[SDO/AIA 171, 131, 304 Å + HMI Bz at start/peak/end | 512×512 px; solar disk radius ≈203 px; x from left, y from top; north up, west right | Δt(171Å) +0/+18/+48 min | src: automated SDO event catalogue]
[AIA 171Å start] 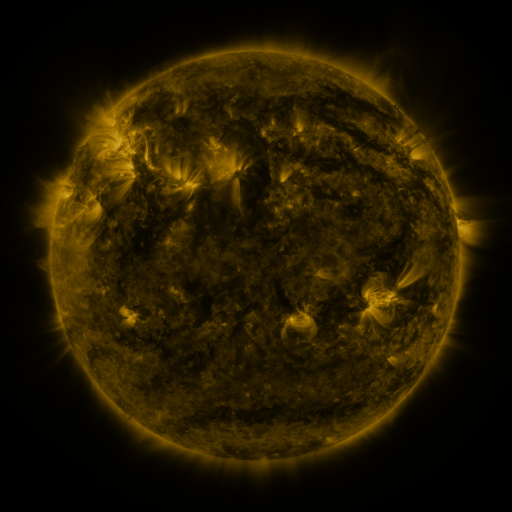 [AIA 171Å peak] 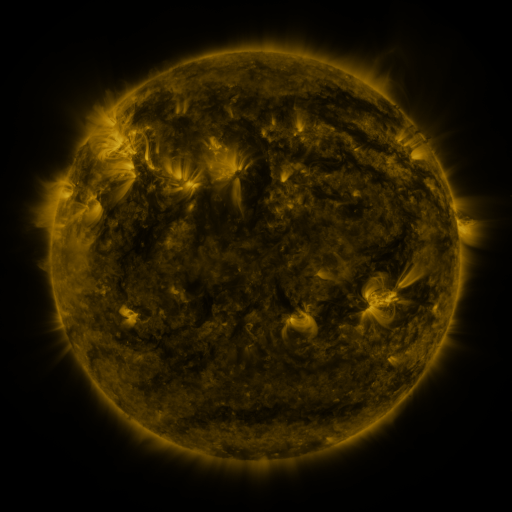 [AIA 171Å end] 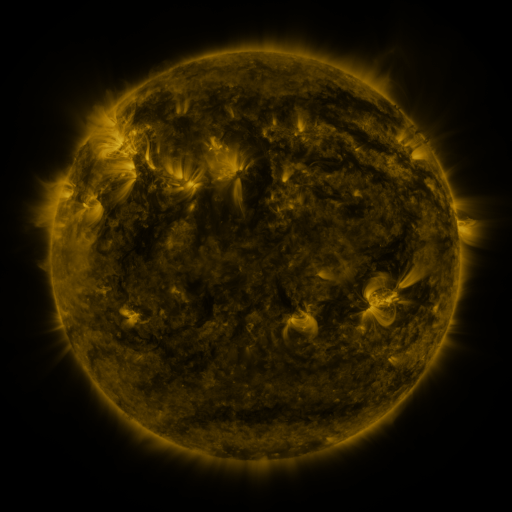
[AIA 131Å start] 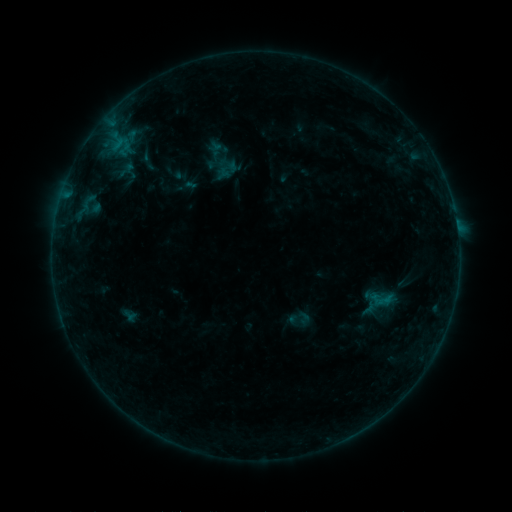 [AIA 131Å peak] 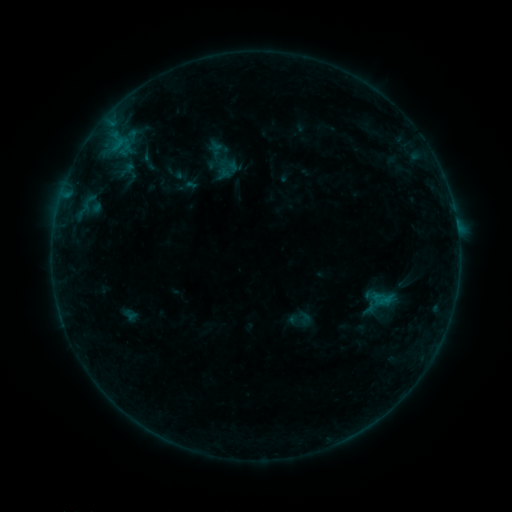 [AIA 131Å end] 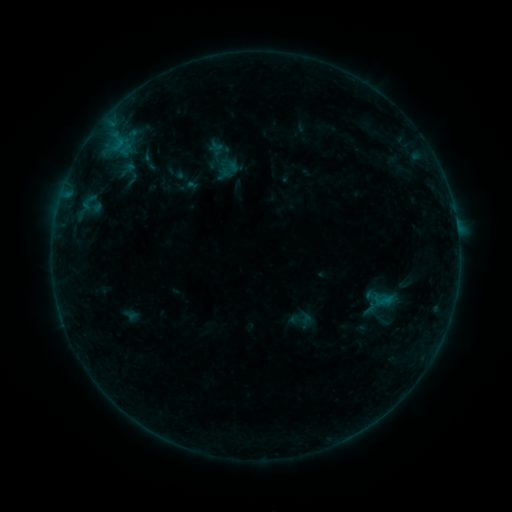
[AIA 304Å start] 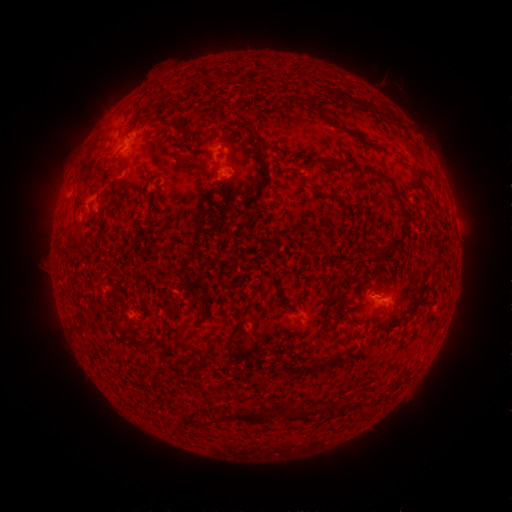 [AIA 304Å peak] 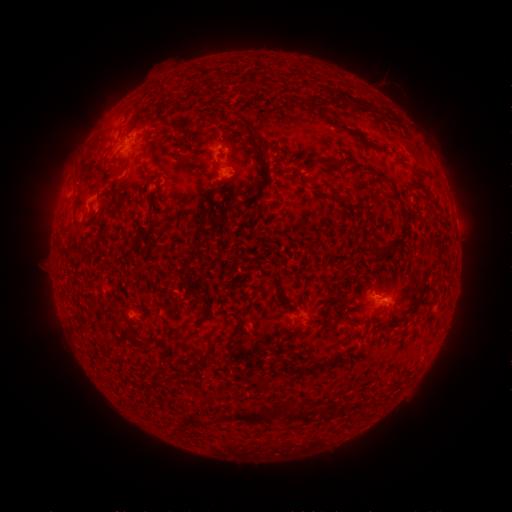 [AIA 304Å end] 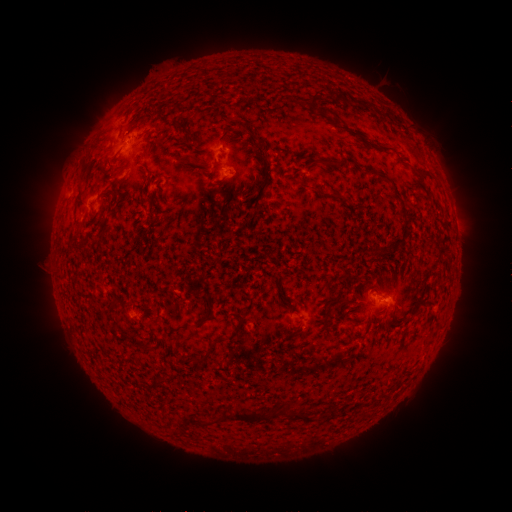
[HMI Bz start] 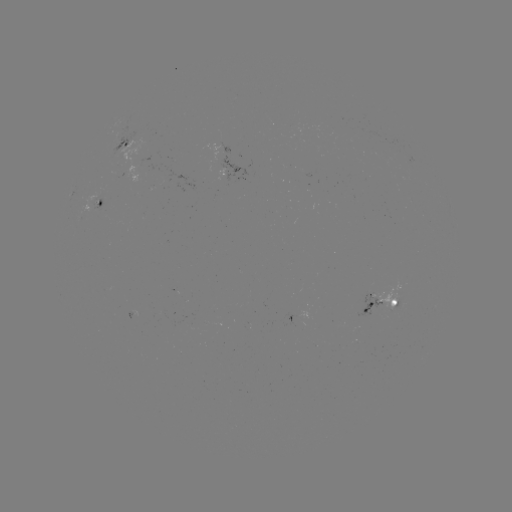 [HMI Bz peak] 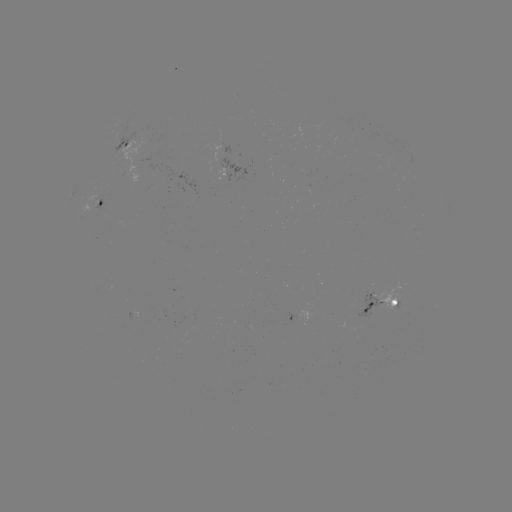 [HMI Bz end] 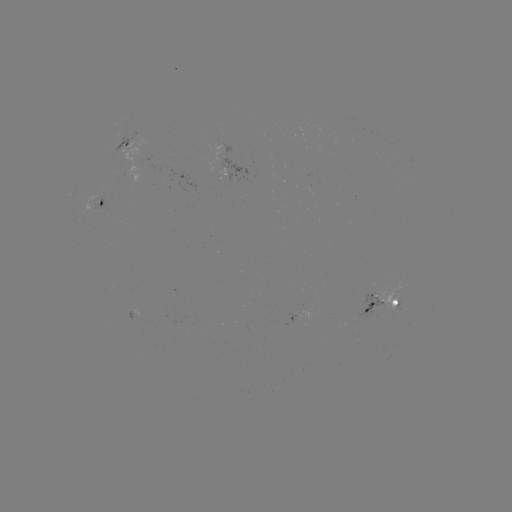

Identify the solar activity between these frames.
B2.6 flare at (376, 293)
